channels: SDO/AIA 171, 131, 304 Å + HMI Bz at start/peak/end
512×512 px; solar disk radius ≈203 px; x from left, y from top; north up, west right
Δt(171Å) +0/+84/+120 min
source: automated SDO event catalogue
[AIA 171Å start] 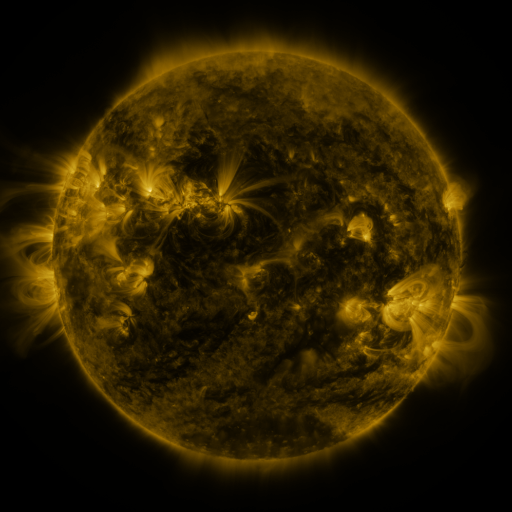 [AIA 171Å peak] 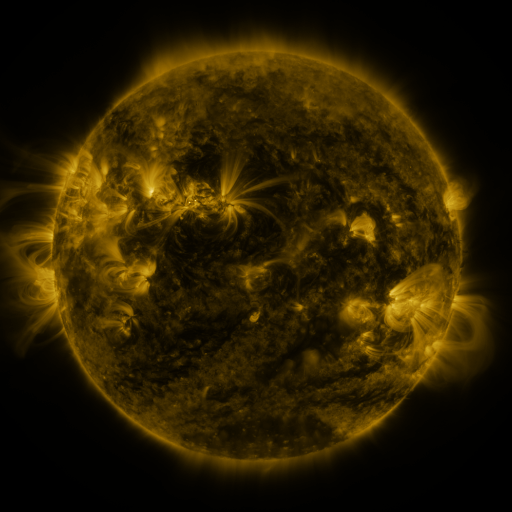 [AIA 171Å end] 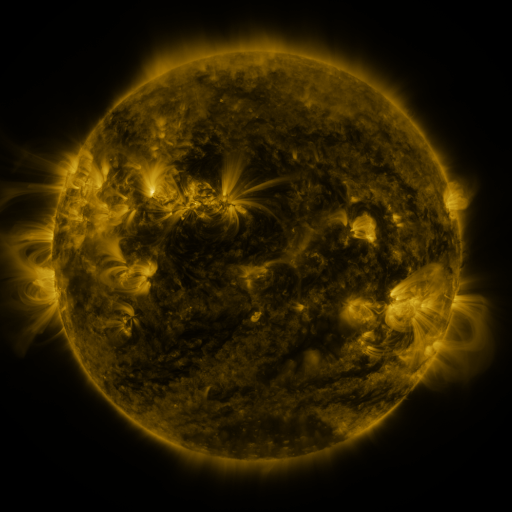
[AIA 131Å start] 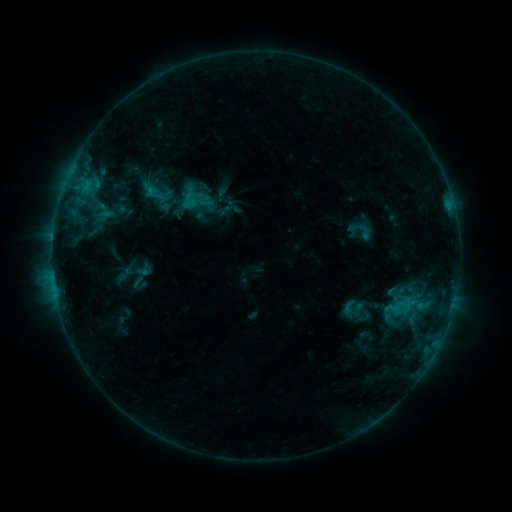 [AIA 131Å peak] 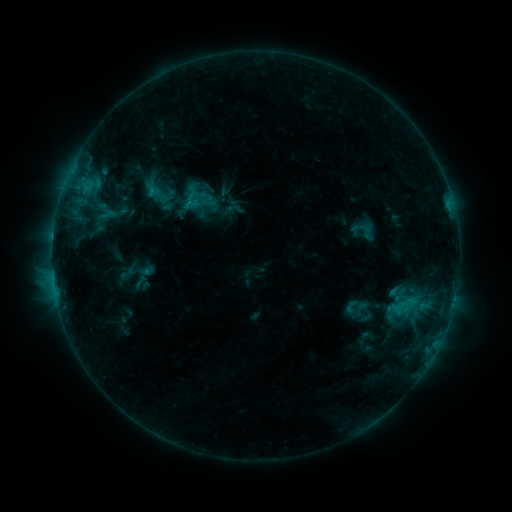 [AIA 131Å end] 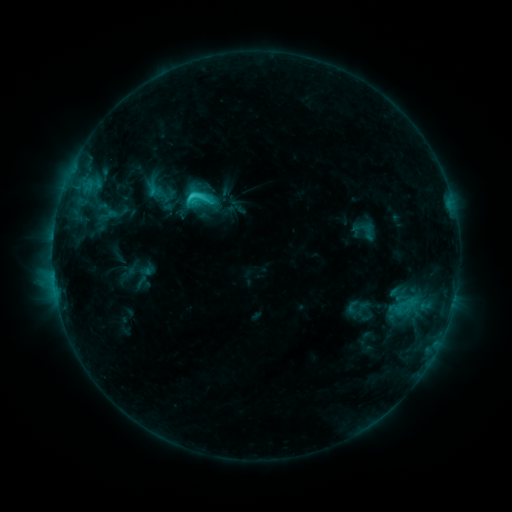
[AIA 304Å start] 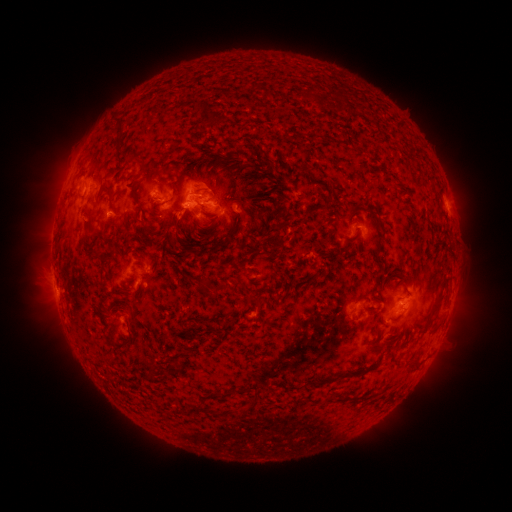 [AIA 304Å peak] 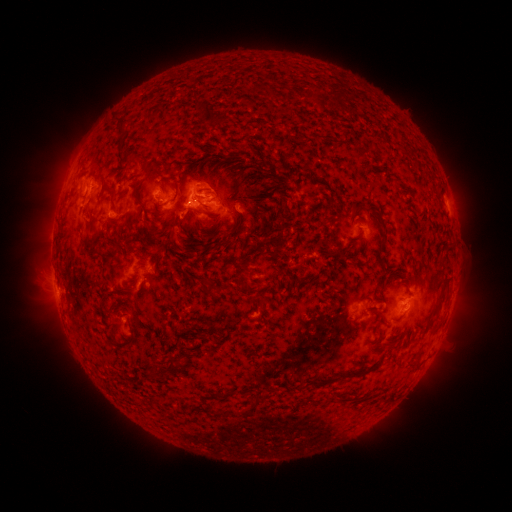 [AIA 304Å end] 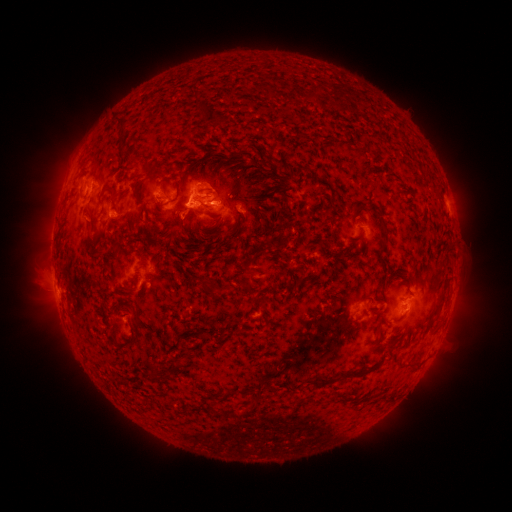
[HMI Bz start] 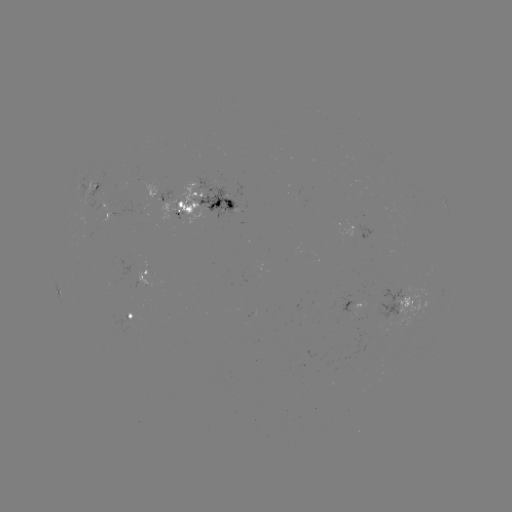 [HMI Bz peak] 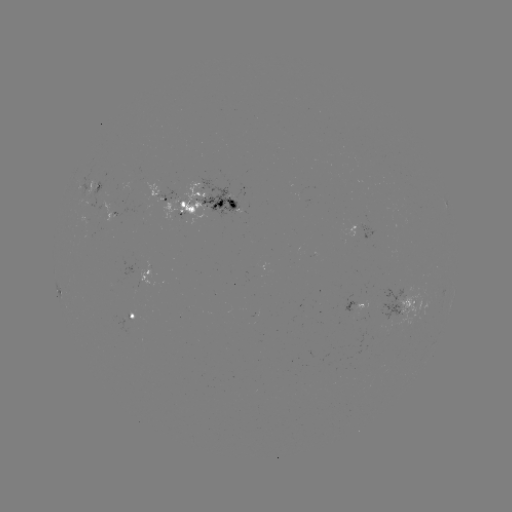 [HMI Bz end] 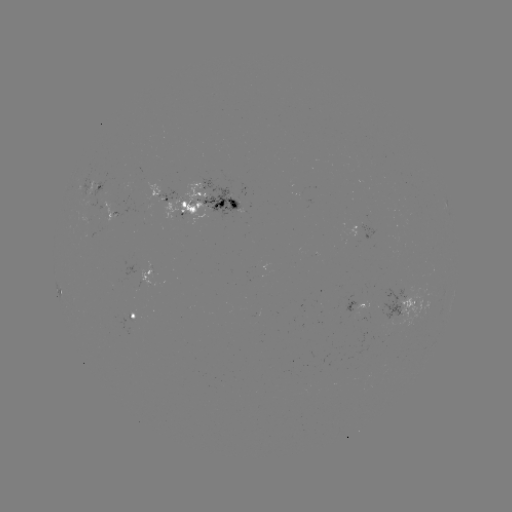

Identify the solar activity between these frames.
emerging-flux region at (104, 220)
